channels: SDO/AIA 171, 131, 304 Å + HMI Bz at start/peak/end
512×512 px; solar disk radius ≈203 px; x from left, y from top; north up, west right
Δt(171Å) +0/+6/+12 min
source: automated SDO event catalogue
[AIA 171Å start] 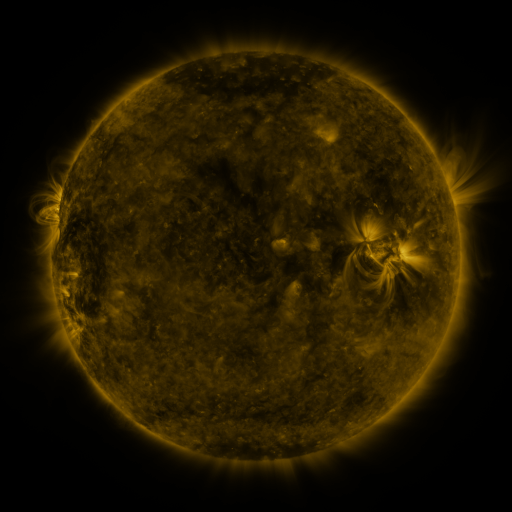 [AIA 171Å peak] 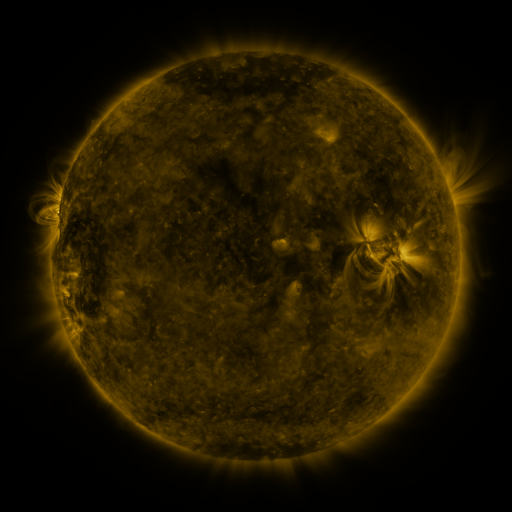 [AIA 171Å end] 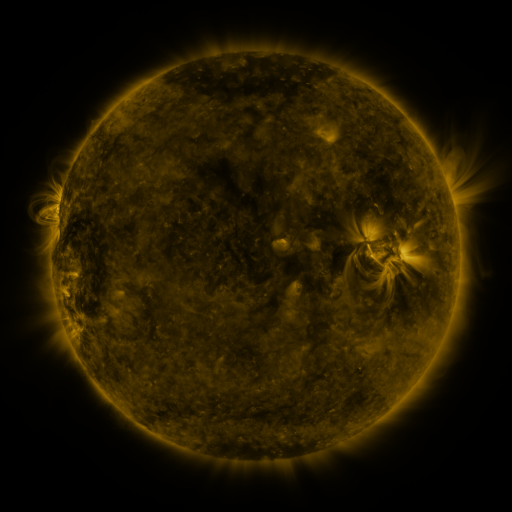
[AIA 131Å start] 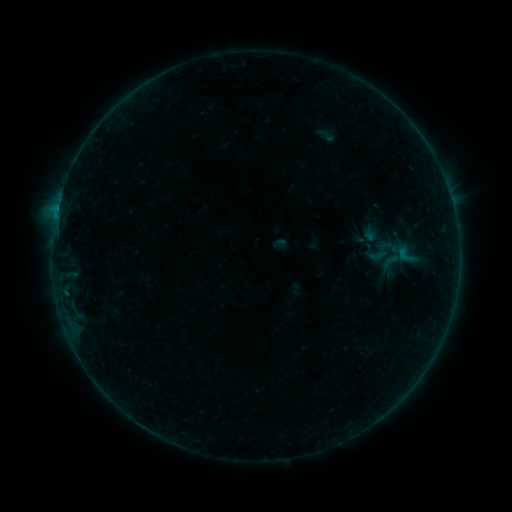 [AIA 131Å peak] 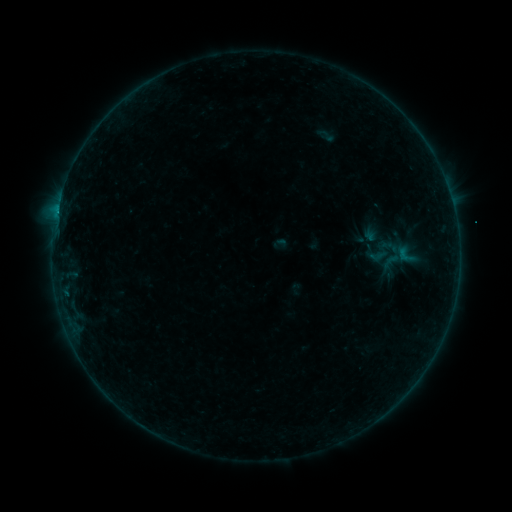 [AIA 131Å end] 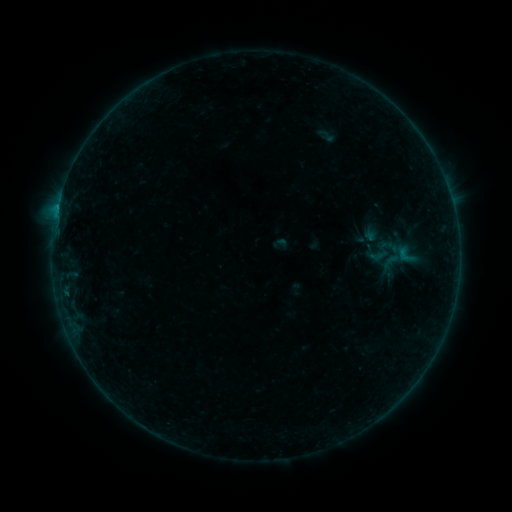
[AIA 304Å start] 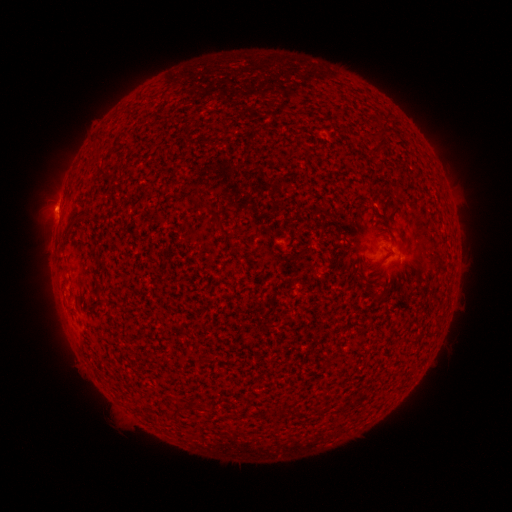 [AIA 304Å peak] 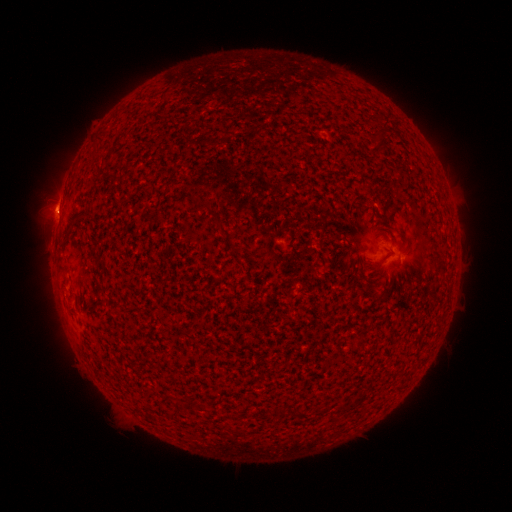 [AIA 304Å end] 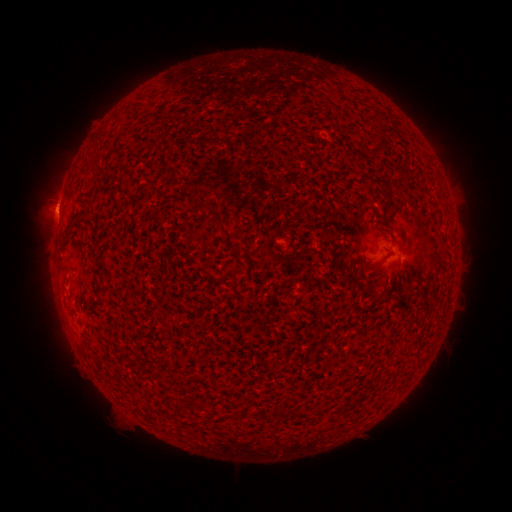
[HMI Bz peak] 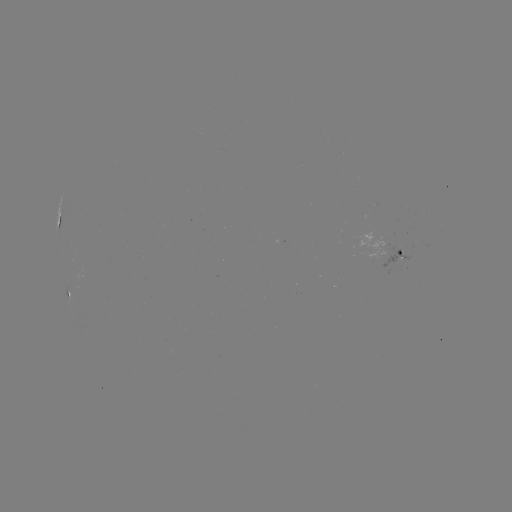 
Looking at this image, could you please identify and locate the B3.6 flare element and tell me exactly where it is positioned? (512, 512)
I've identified B3.6 flare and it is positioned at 57,214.